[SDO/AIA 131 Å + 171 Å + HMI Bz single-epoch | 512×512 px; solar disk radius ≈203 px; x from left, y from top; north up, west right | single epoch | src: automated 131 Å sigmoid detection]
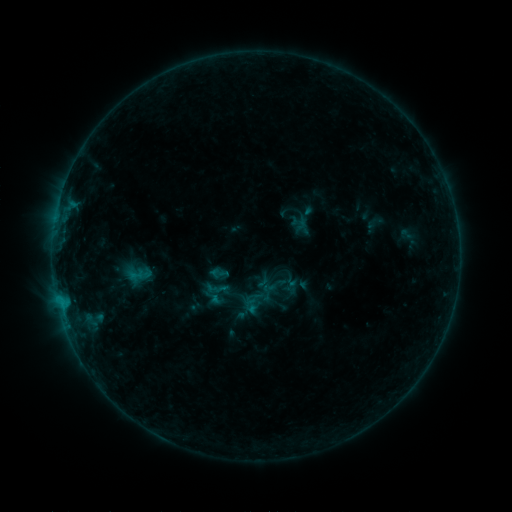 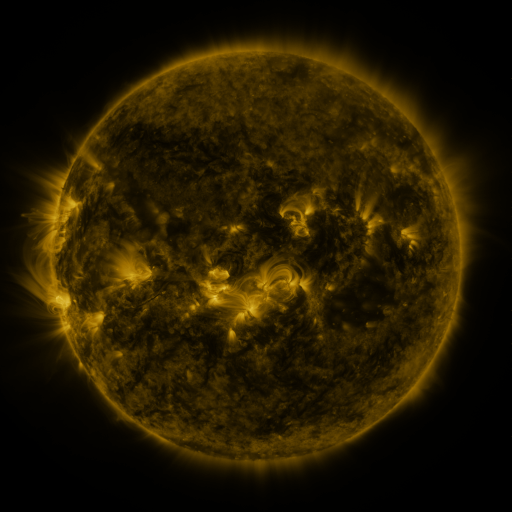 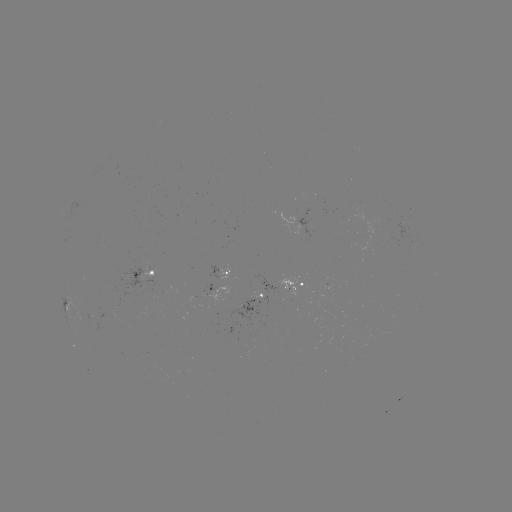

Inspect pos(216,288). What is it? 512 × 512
sigmoid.